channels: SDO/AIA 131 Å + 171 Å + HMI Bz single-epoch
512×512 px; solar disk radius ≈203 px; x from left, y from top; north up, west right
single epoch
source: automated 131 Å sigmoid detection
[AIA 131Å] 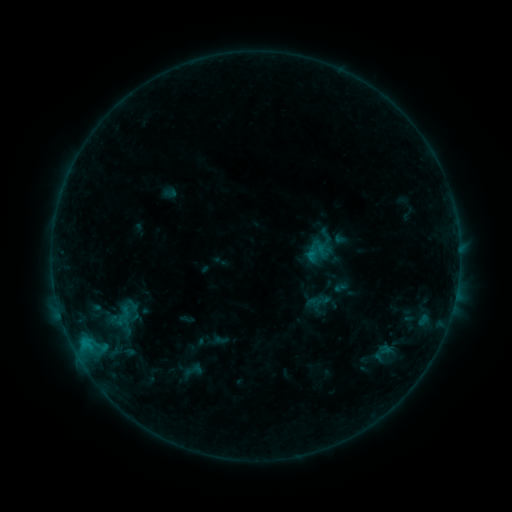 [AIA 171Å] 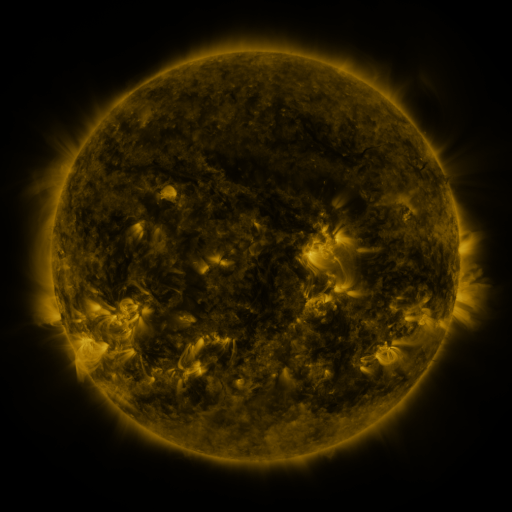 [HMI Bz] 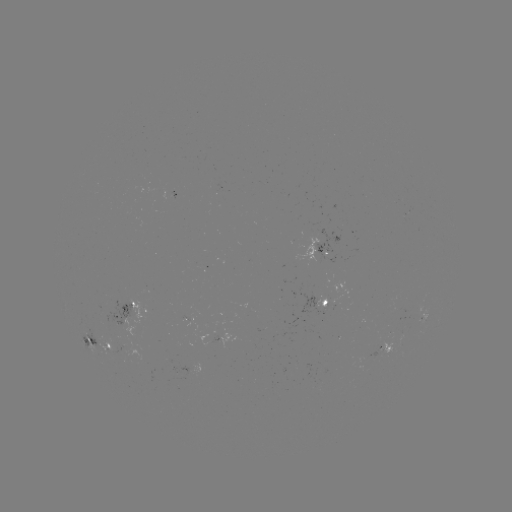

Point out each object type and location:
sigmoid: [181, 361, 205, 380]
